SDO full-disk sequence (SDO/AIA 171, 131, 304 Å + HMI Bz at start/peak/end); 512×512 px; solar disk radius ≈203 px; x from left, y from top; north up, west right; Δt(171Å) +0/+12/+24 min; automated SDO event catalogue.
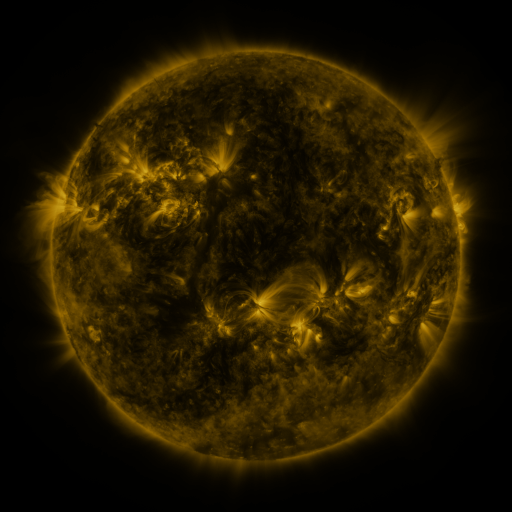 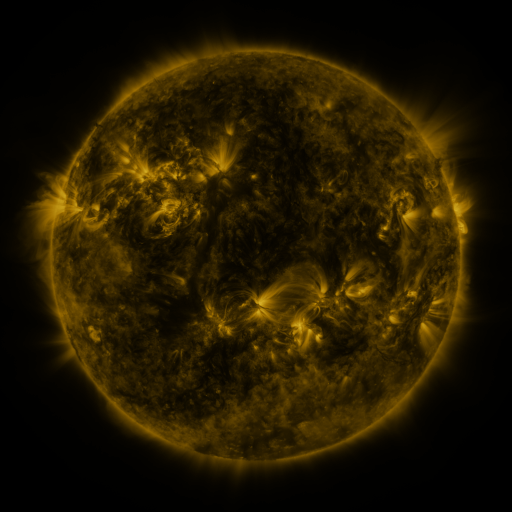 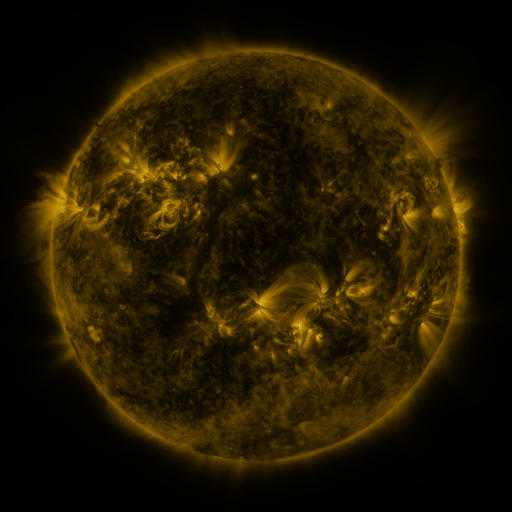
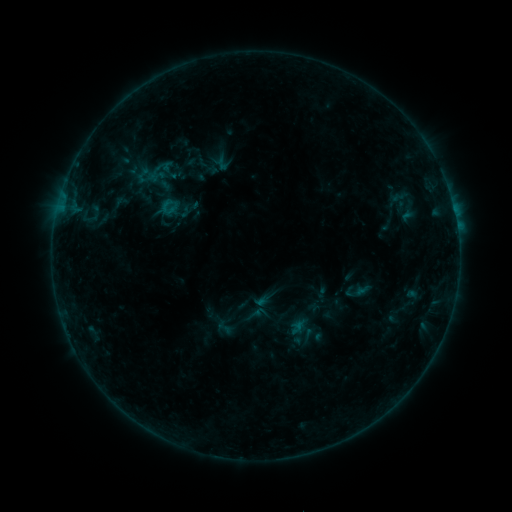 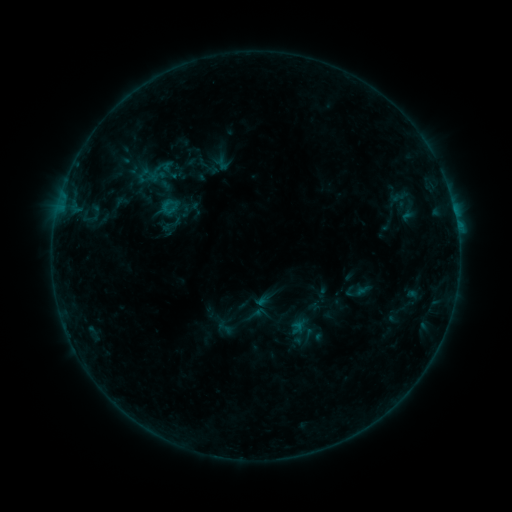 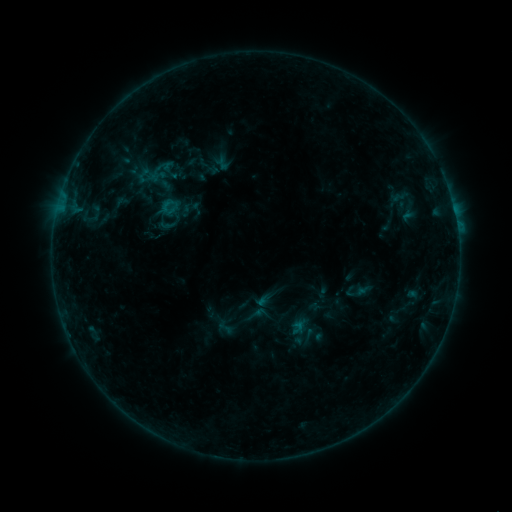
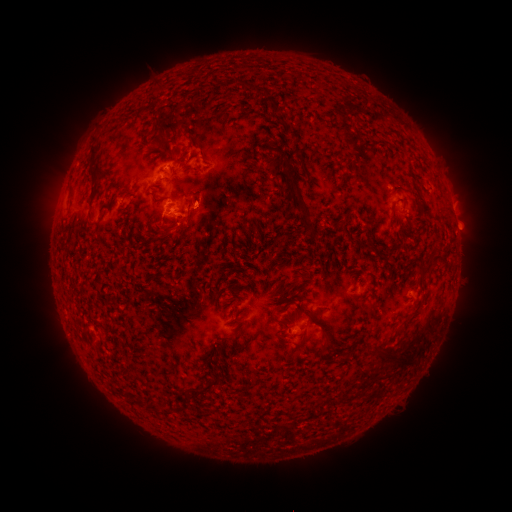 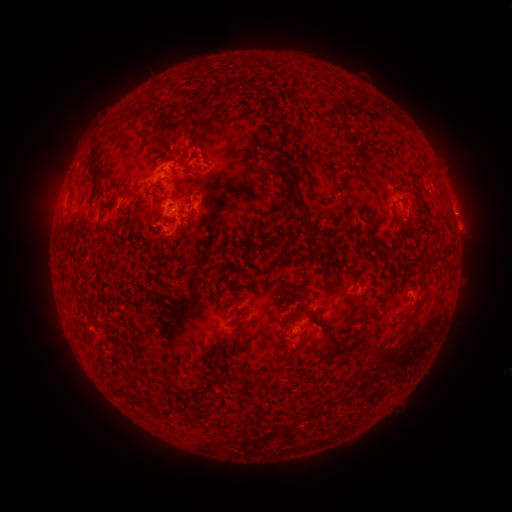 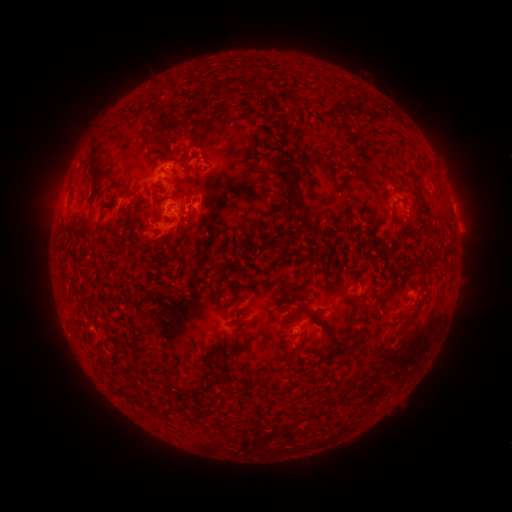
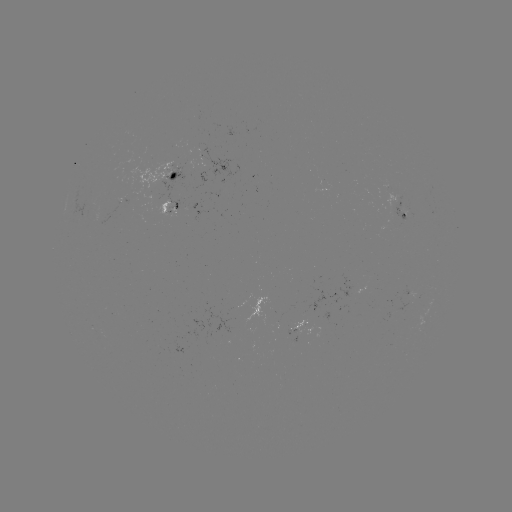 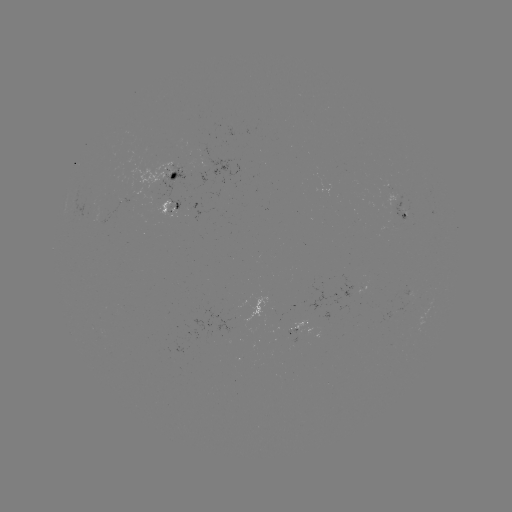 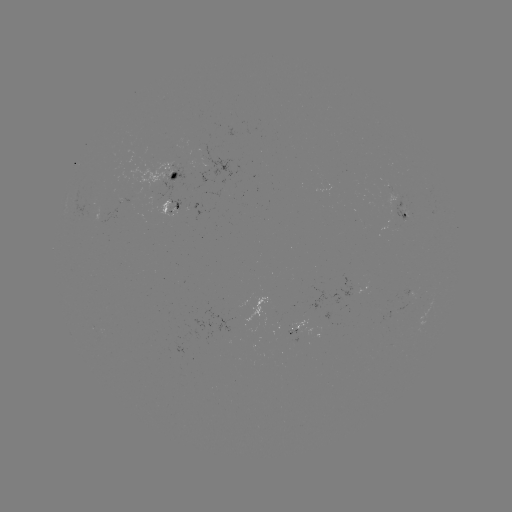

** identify eruption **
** (169, 236) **